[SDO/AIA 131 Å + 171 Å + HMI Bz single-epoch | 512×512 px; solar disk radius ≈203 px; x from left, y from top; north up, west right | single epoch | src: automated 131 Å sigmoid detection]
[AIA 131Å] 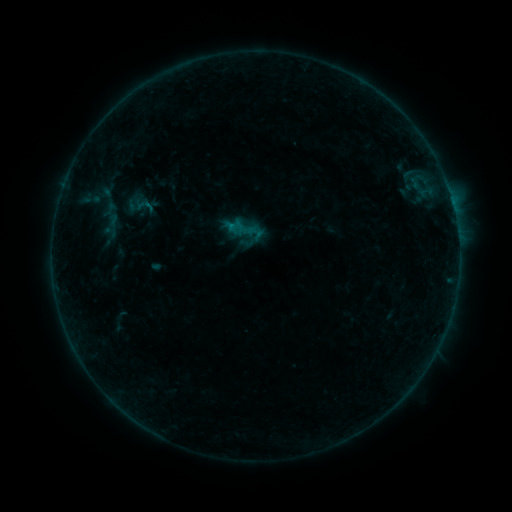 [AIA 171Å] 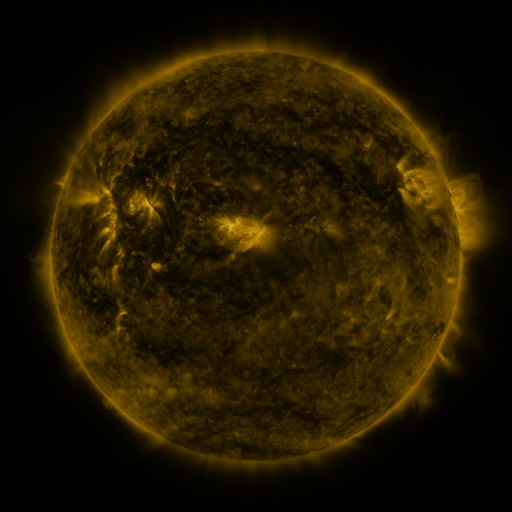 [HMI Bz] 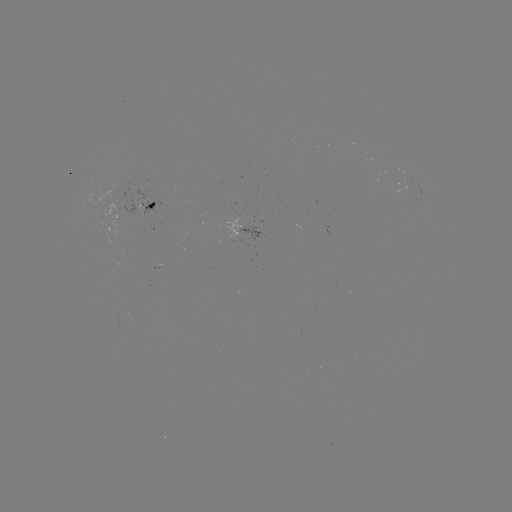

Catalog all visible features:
sigmoid: (244, 232)
